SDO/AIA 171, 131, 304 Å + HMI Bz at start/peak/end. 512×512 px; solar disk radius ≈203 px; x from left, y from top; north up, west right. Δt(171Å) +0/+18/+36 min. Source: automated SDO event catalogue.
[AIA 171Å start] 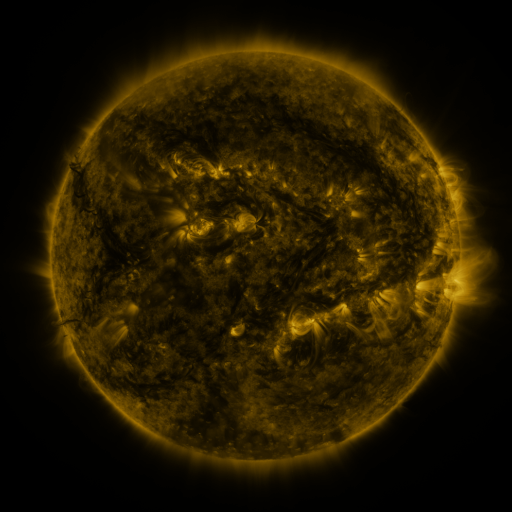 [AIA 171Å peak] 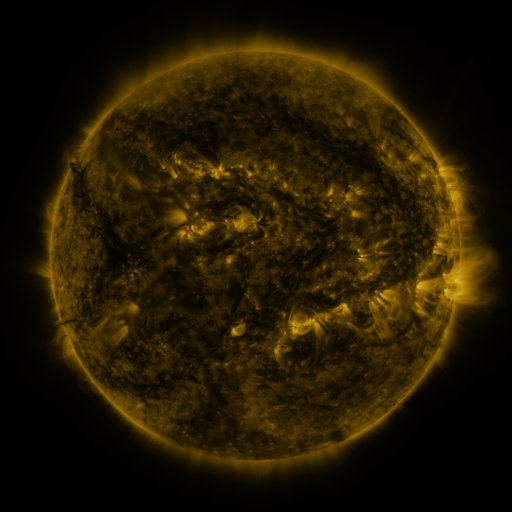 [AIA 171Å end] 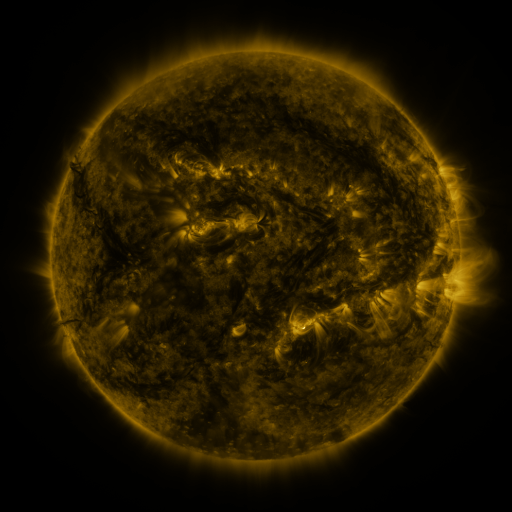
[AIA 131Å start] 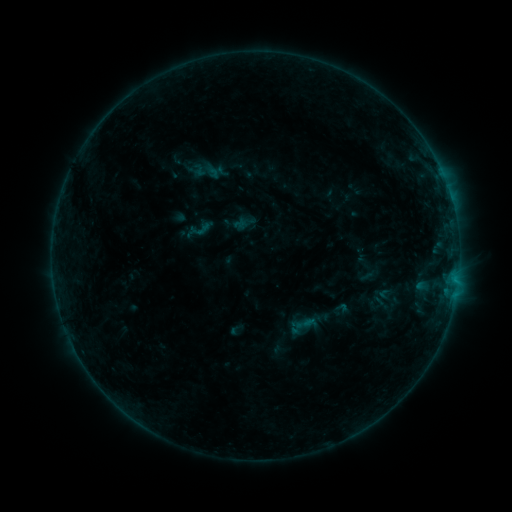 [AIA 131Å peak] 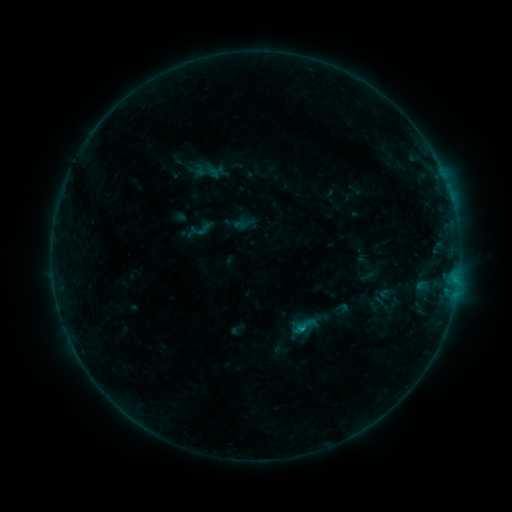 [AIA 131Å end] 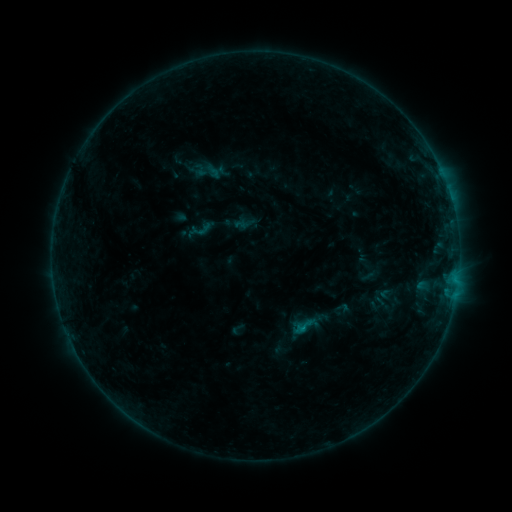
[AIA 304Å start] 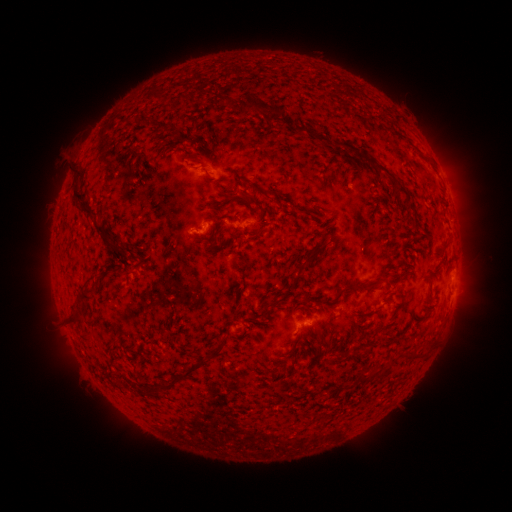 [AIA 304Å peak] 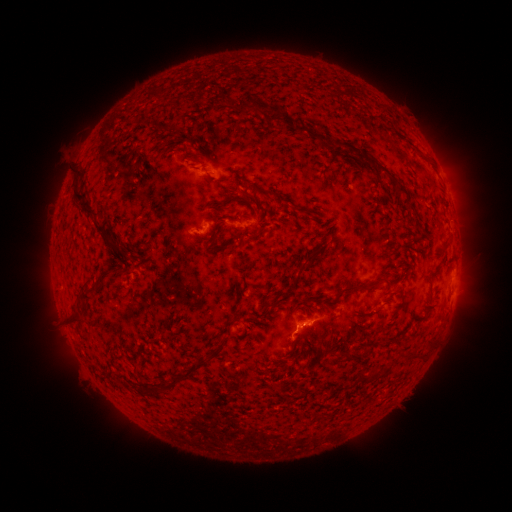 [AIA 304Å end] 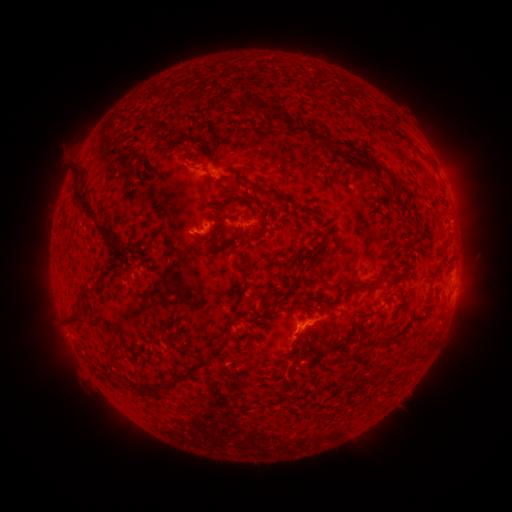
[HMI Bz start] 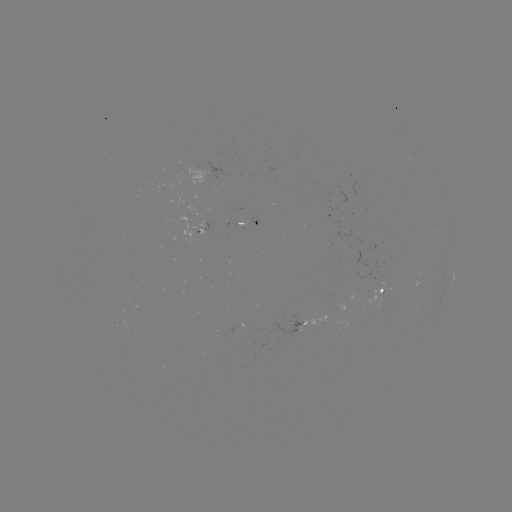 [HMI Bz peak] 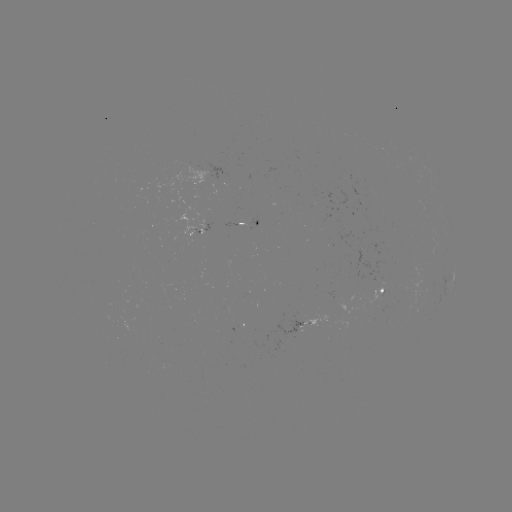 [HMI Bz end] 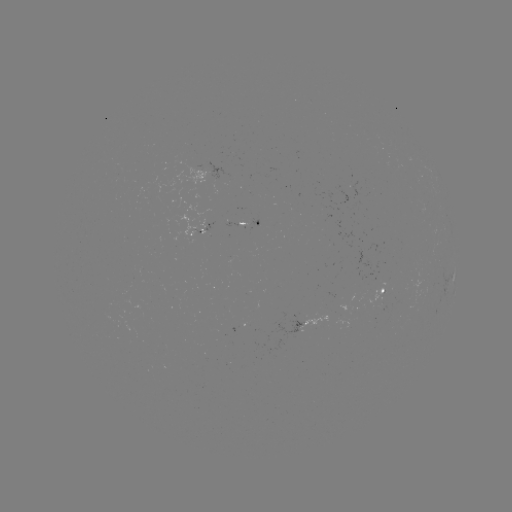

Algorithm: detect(B4.9 flare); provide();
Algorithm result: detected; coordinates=301,326